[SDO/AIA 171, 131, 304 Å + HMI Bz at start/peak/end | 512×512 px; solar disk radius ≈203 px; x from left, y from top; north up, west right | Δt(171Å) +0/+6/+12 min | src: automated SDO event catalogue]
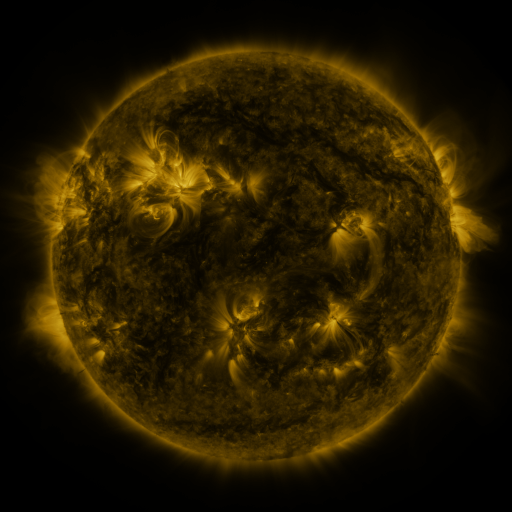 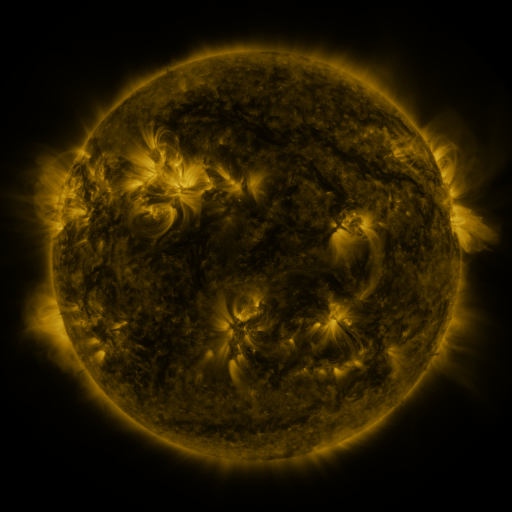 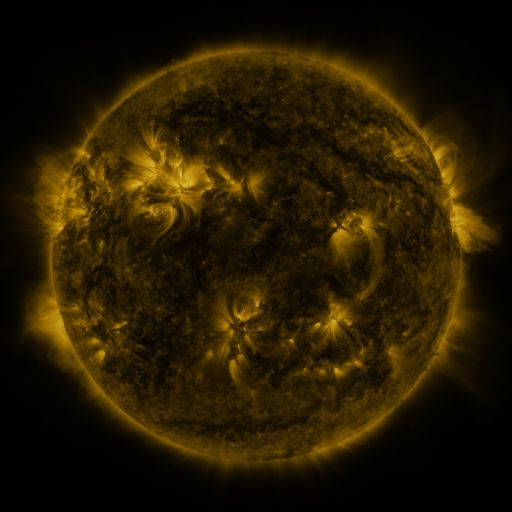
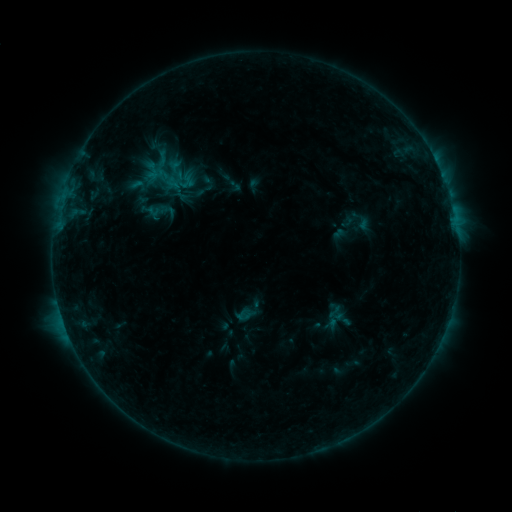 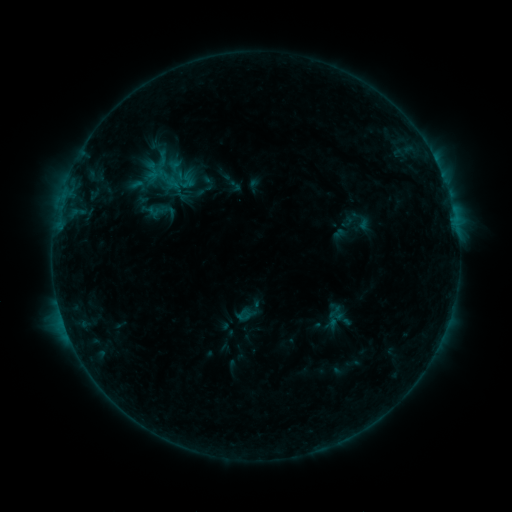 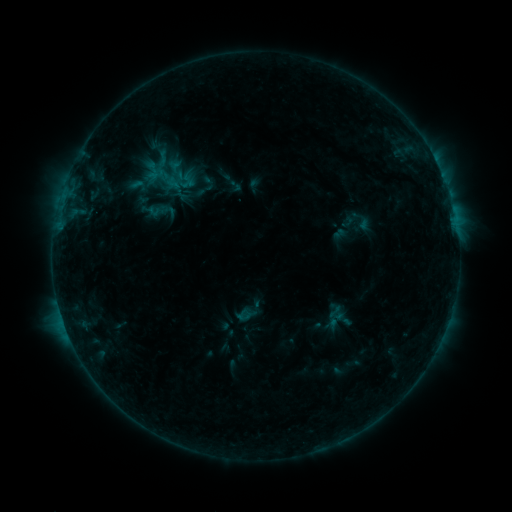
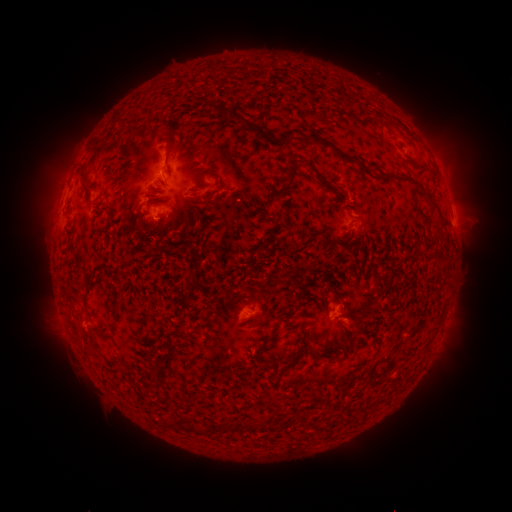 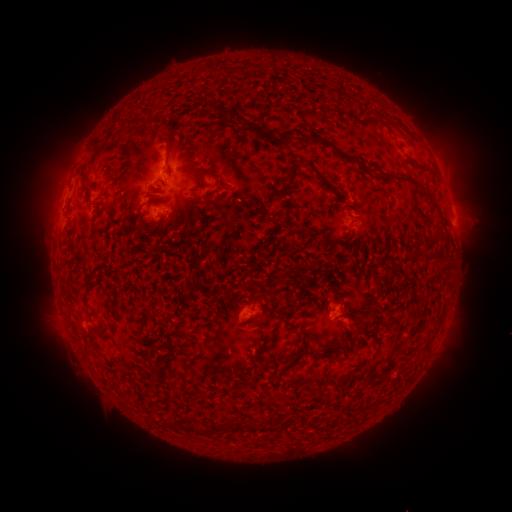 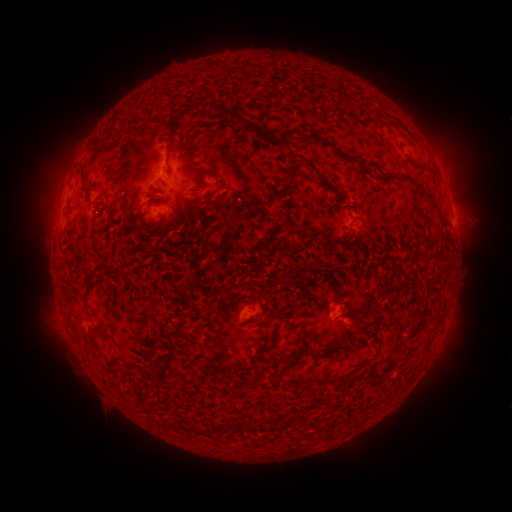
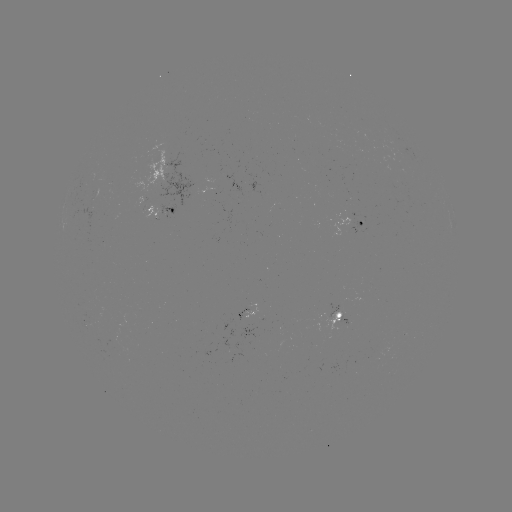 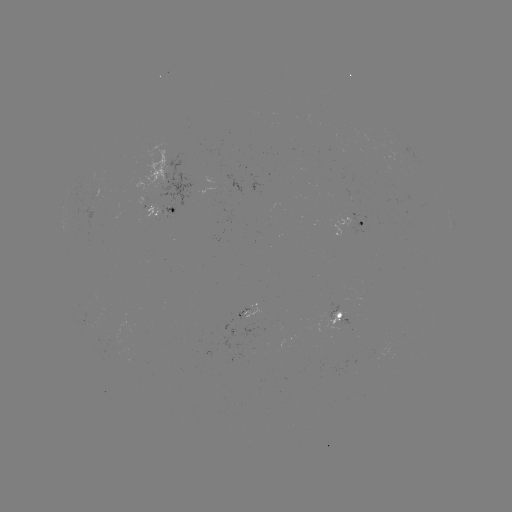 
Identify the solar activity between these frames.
nothing was catalogued: no classed flare, no EUV trigger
